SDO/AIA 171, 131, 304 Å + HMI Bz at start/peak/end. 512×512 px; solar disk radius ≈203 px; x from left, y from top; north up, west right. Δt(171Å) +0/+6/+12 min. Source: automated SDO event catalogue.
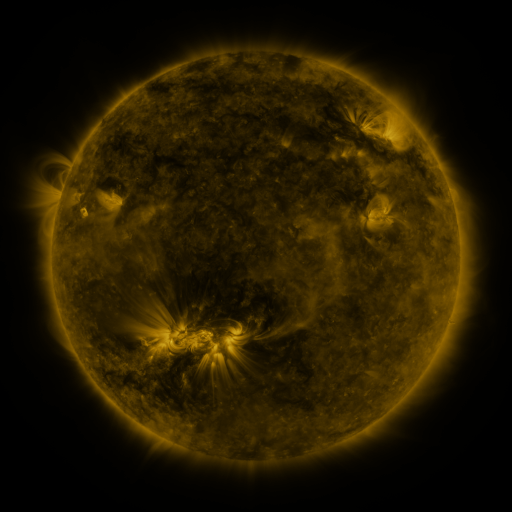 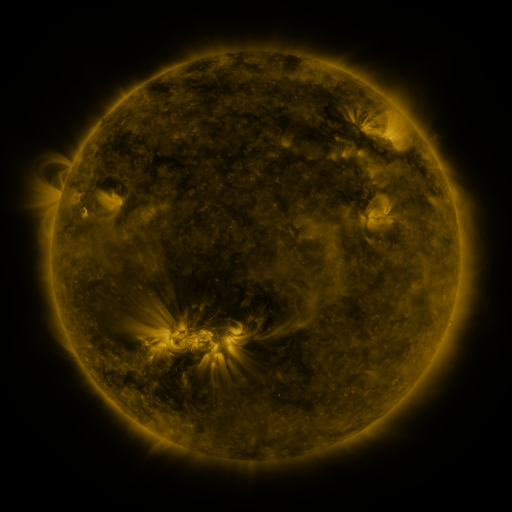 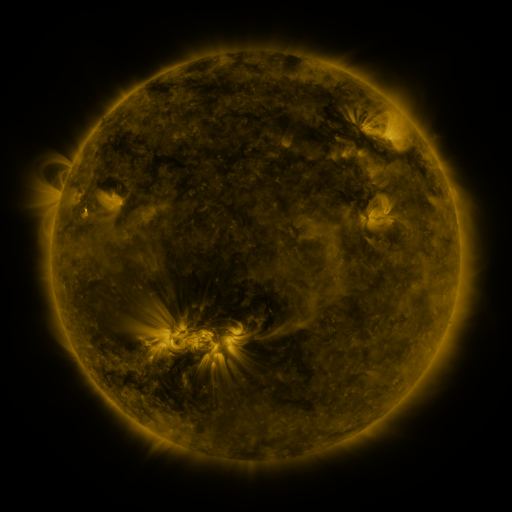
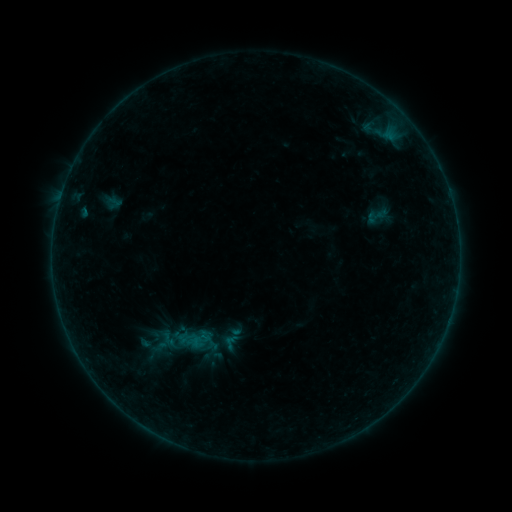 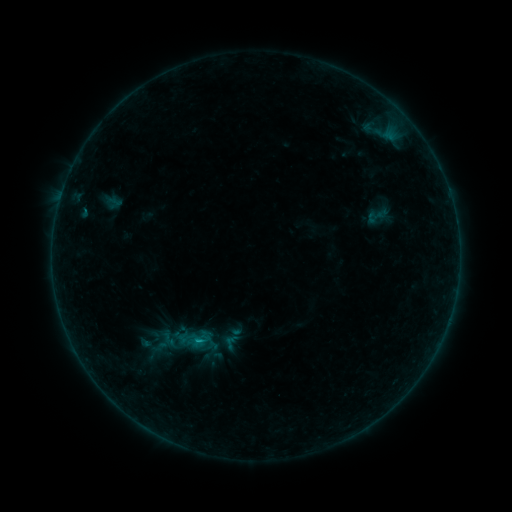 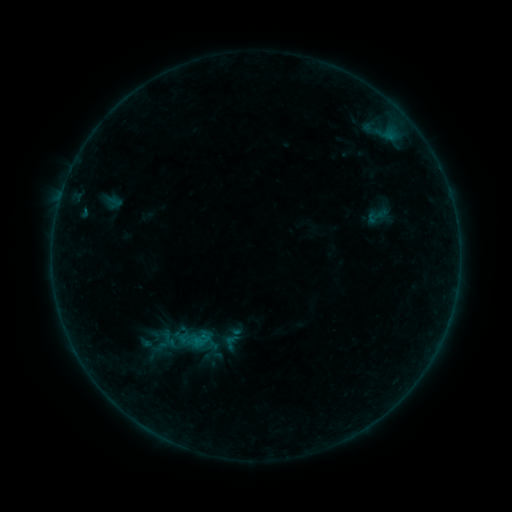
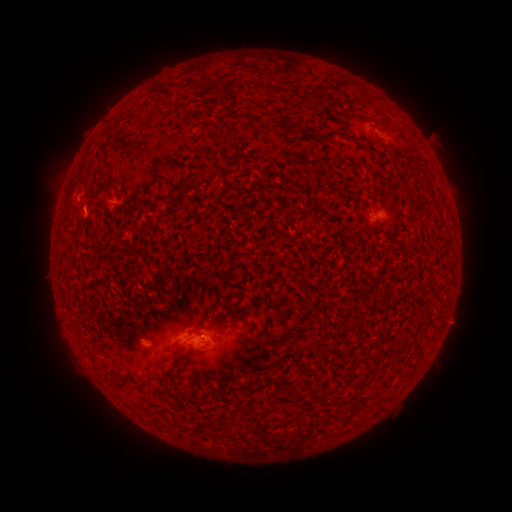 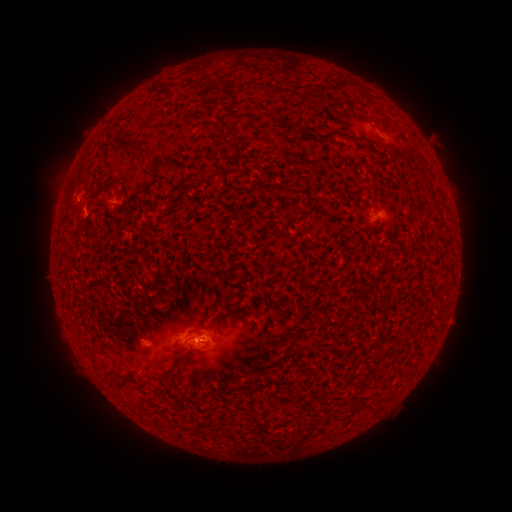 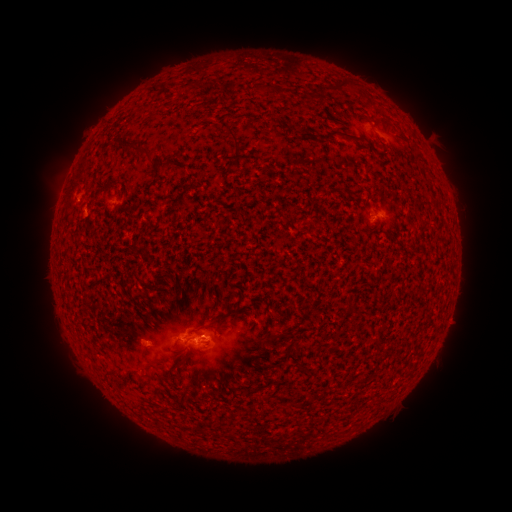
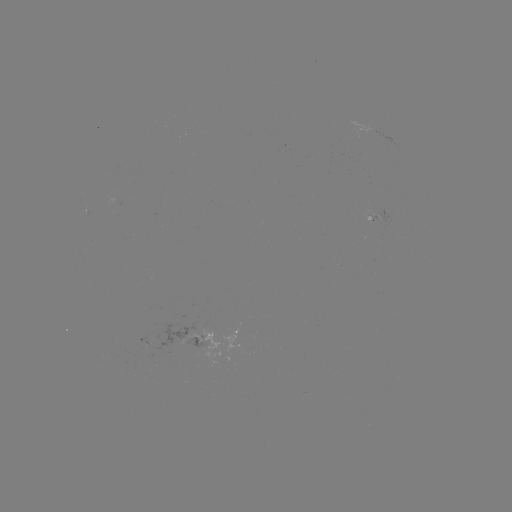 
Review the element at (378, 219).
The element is B3.0 flare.